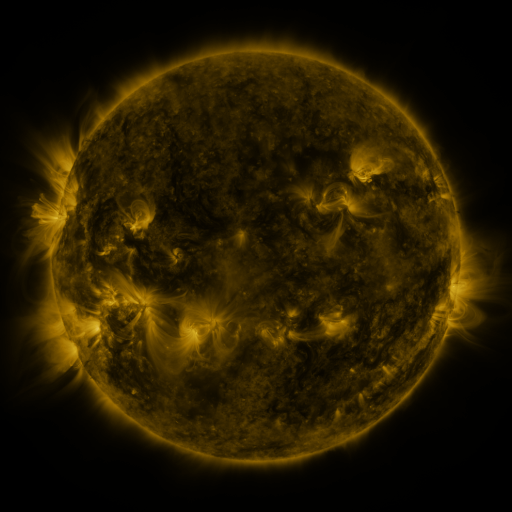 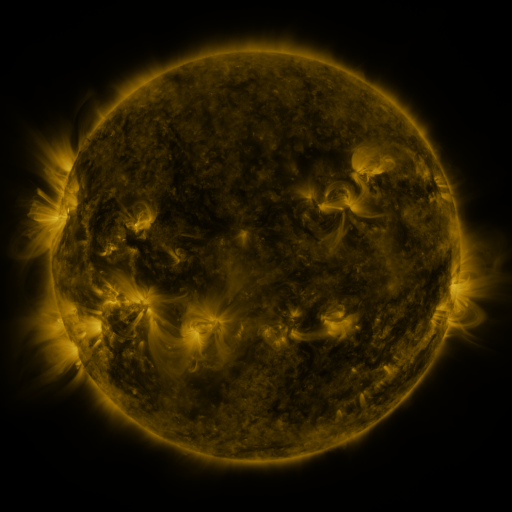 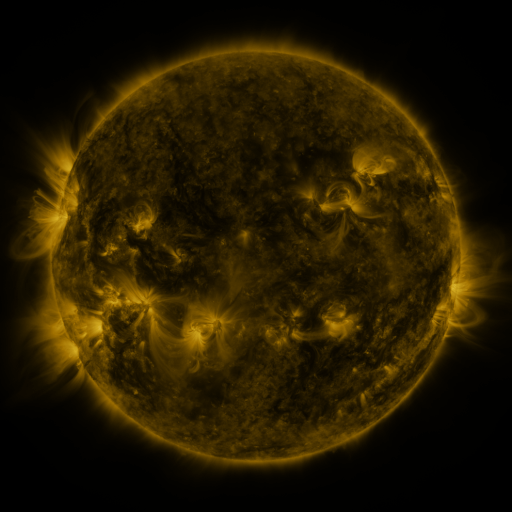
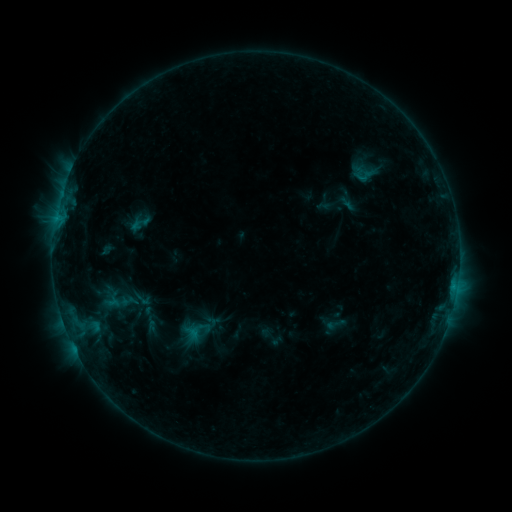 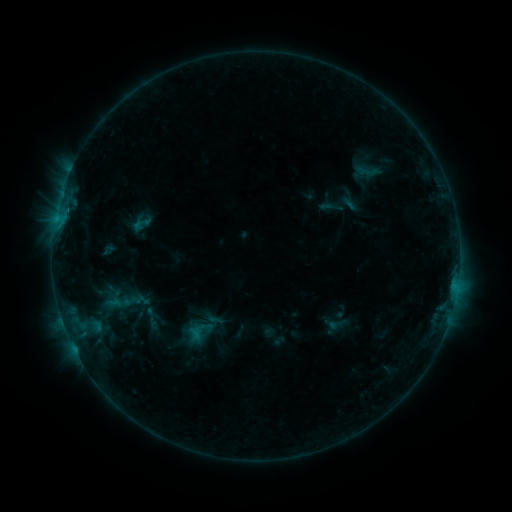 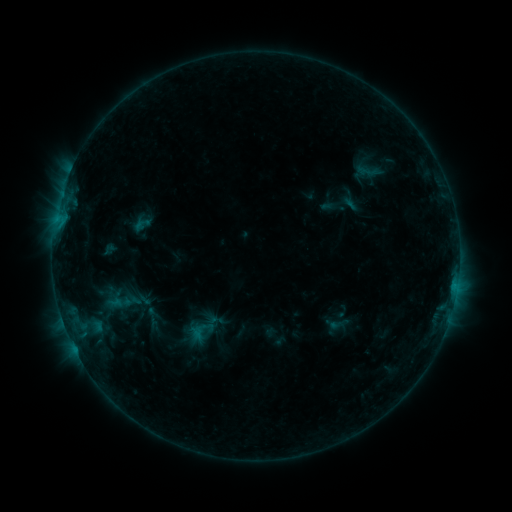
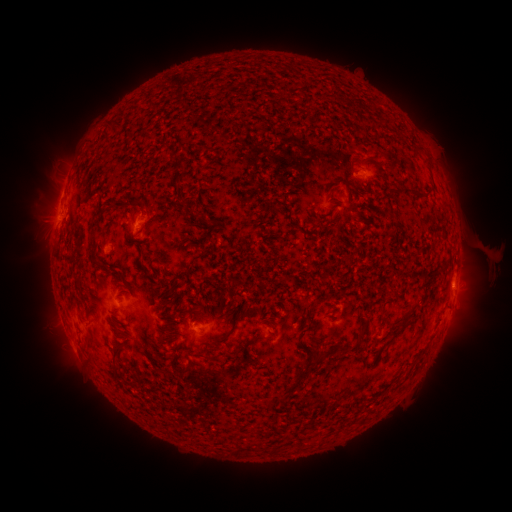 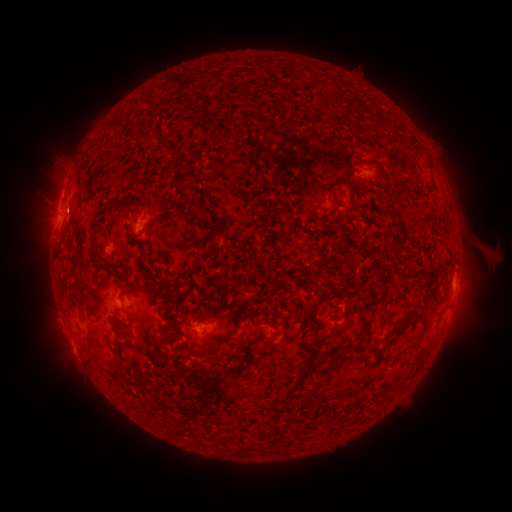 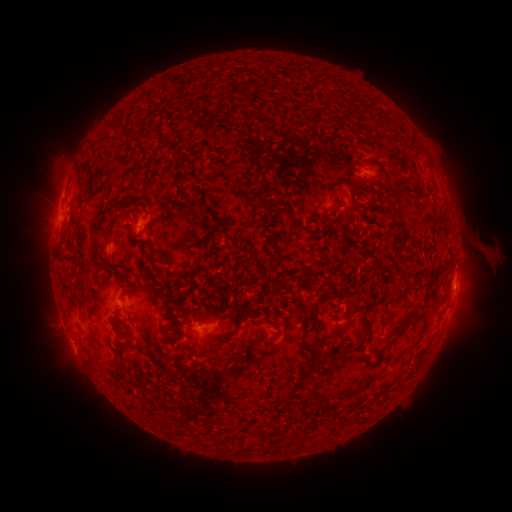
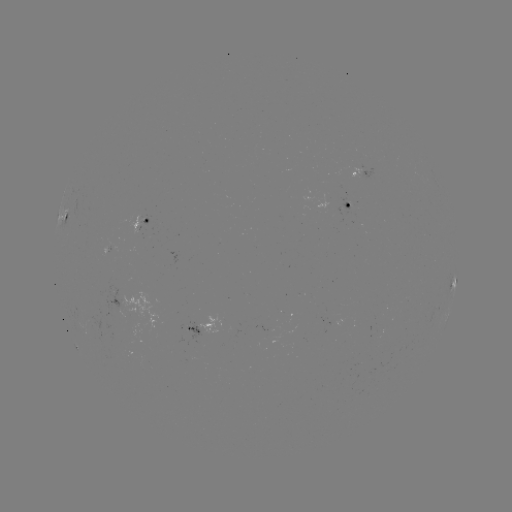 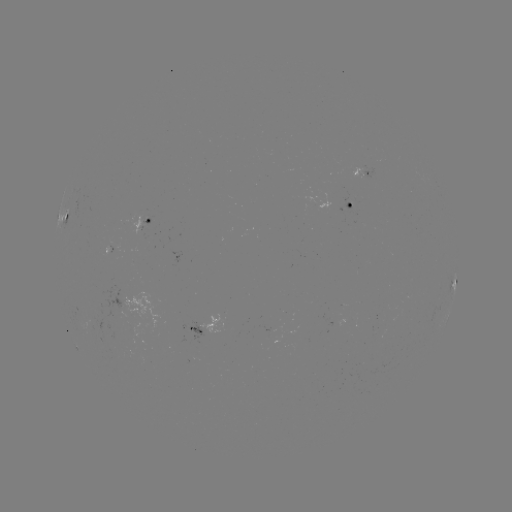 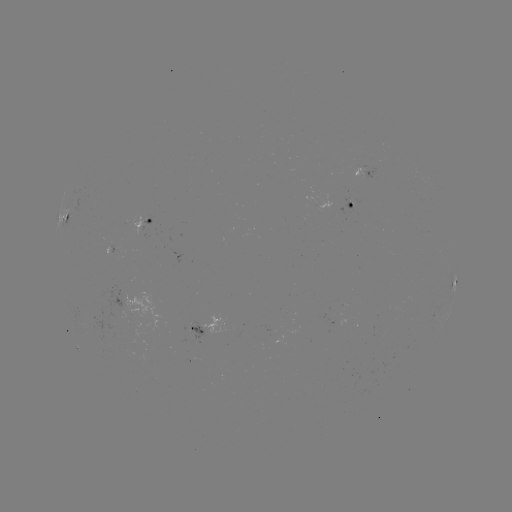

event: emerging-flux region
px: (364, 174)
